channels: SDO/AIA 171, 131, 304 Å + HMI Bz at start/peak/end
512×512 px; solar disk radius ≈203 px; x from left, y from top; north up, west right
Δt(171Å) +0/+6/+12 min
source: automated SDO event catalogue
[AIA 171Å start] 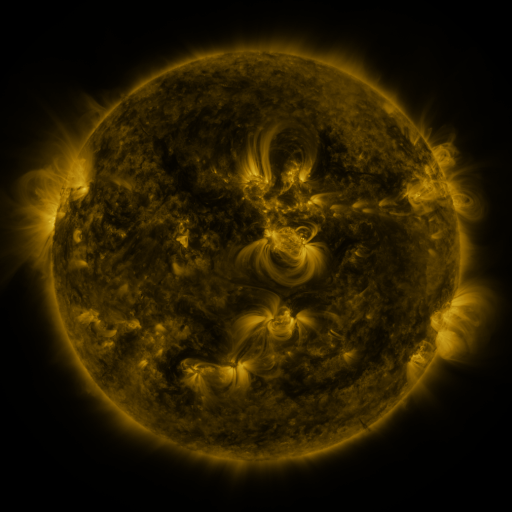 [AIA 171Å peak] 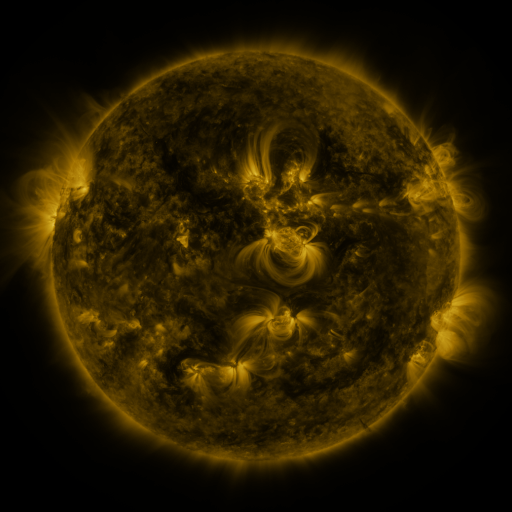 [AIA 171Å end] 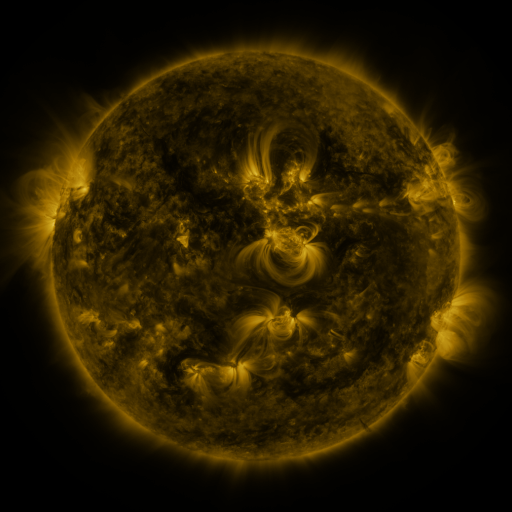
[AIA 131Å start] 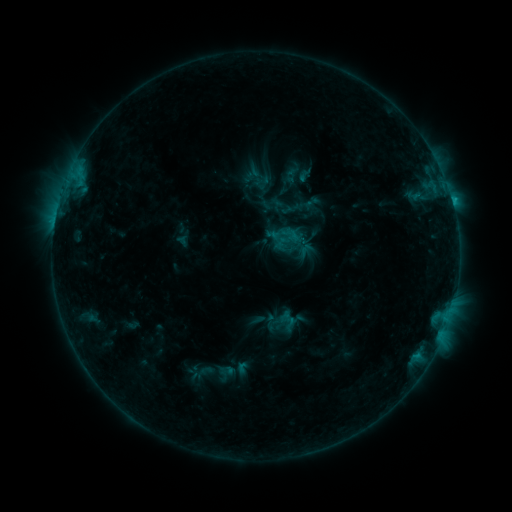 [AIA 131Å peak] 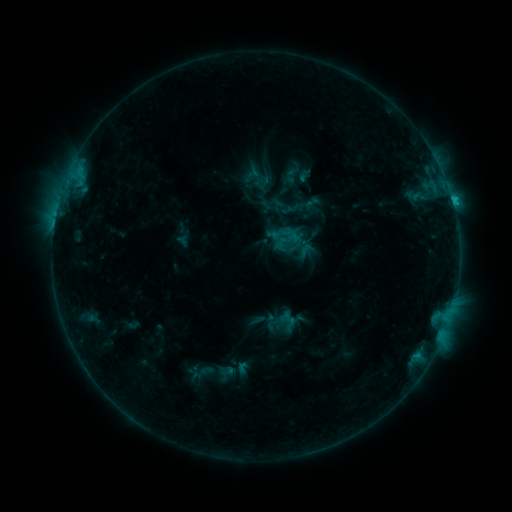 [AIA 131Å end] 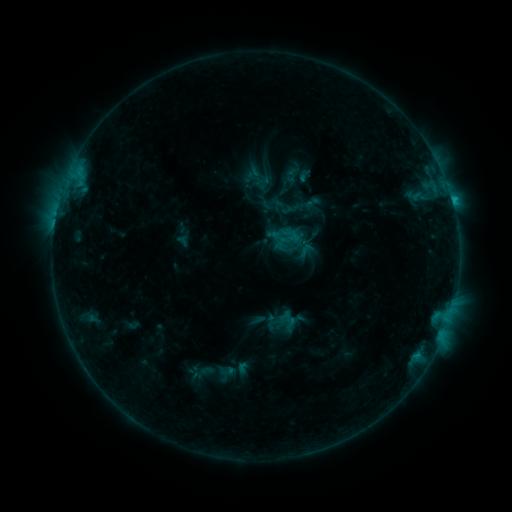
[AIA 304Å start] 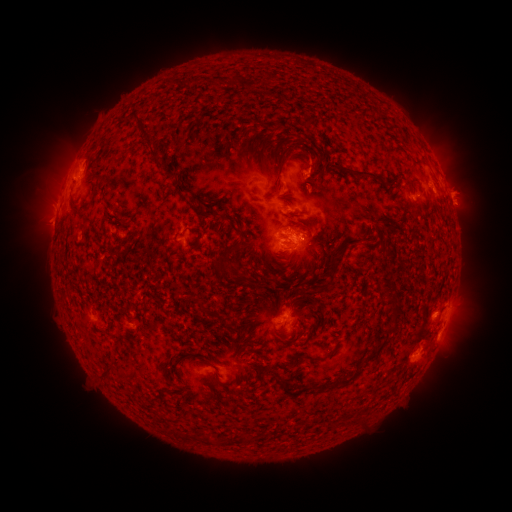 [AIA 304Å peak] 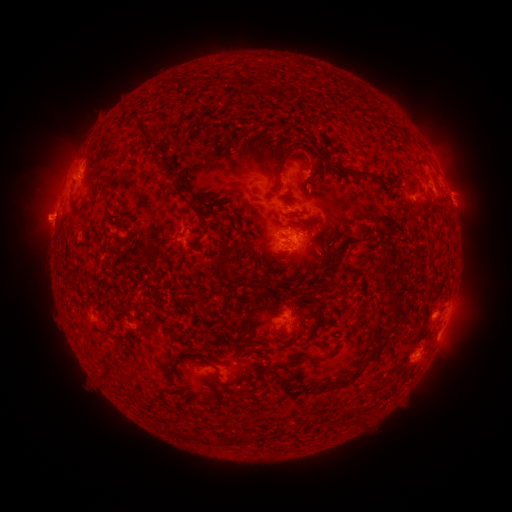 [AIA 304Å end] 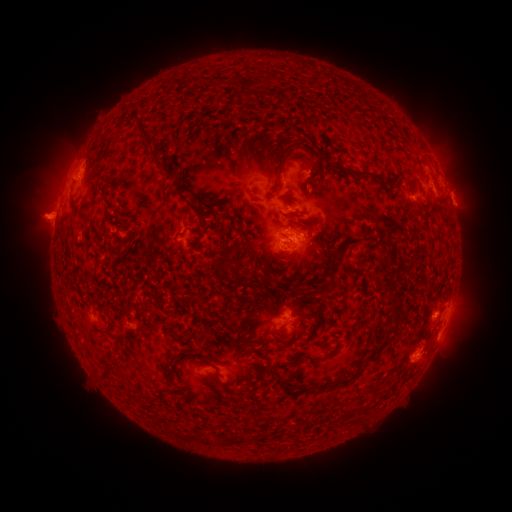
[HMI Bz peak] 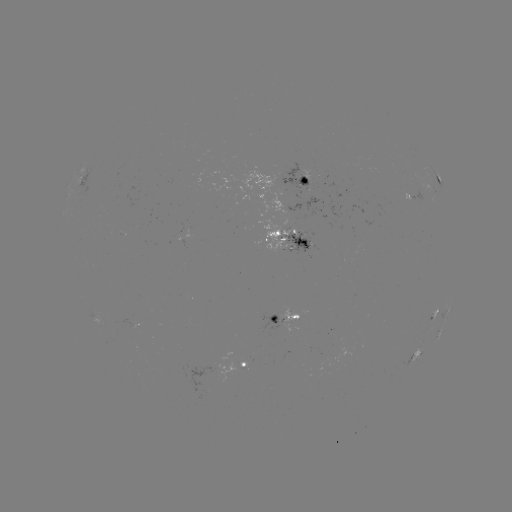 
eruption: (11, 189, 77, 247)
